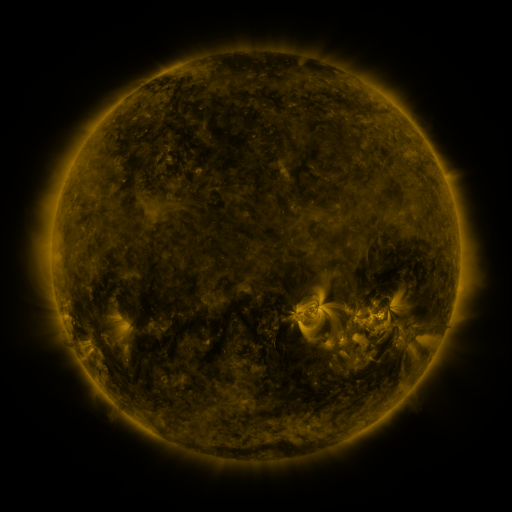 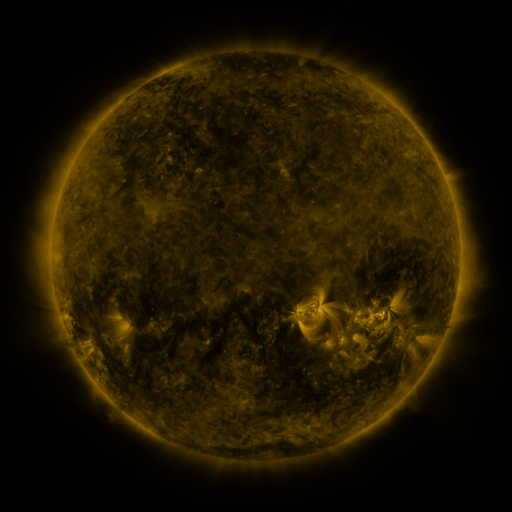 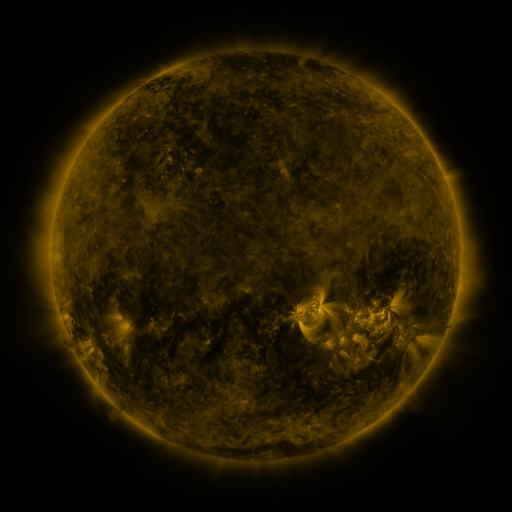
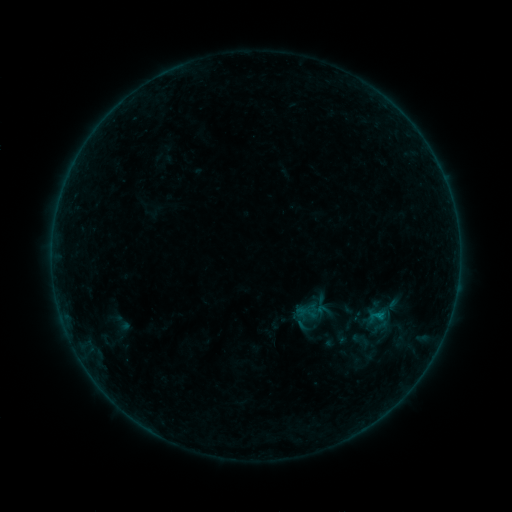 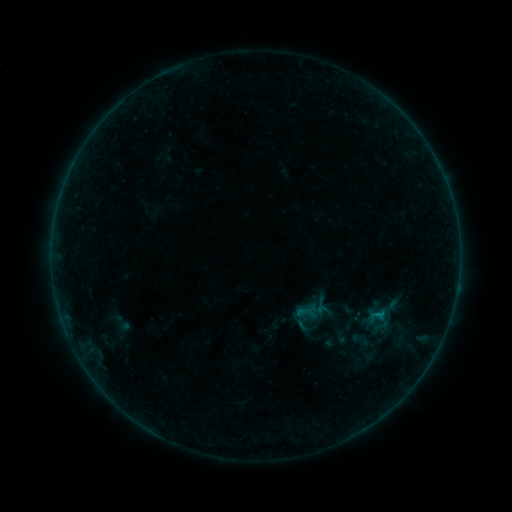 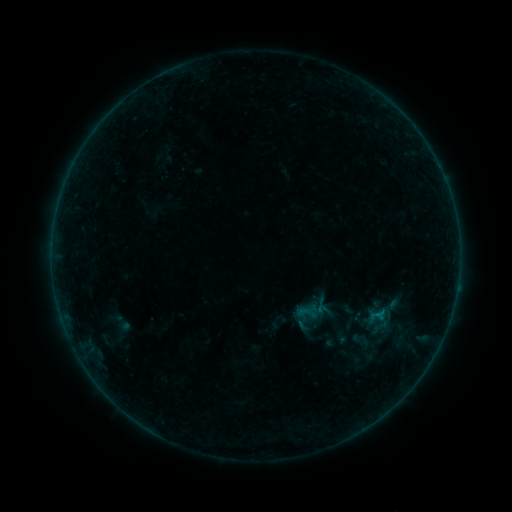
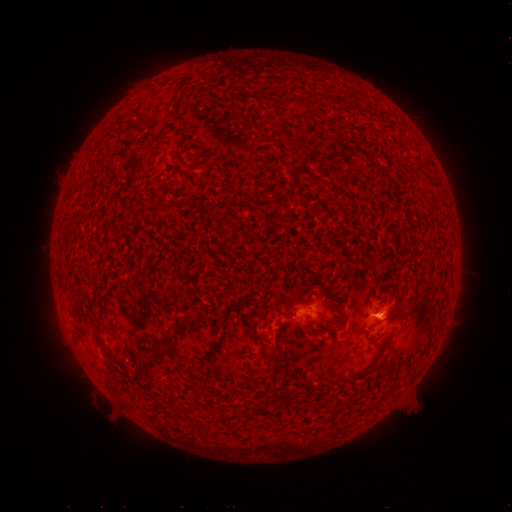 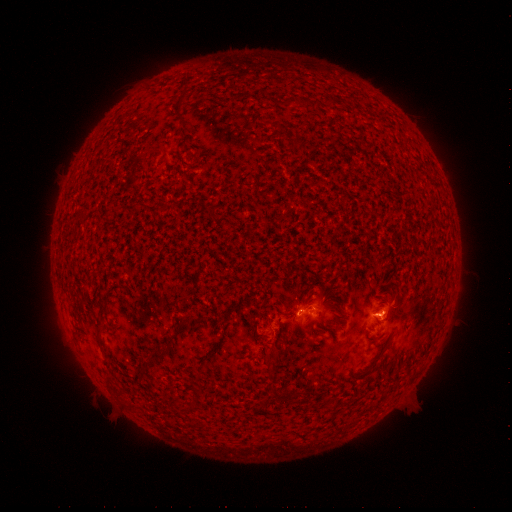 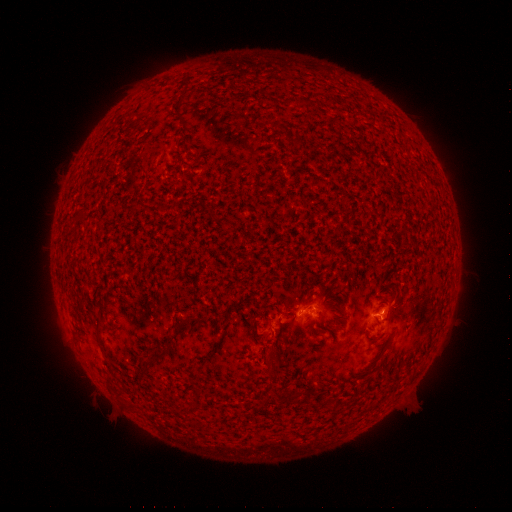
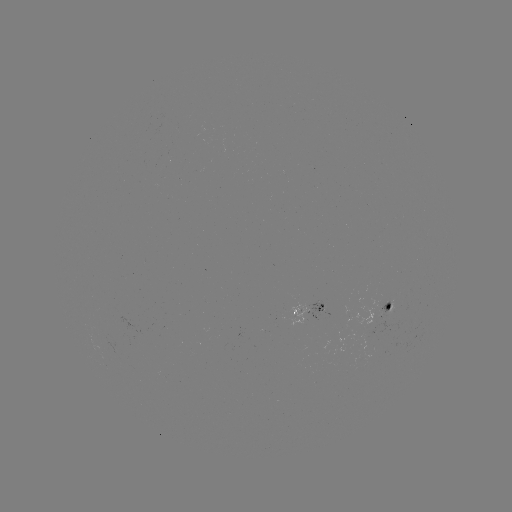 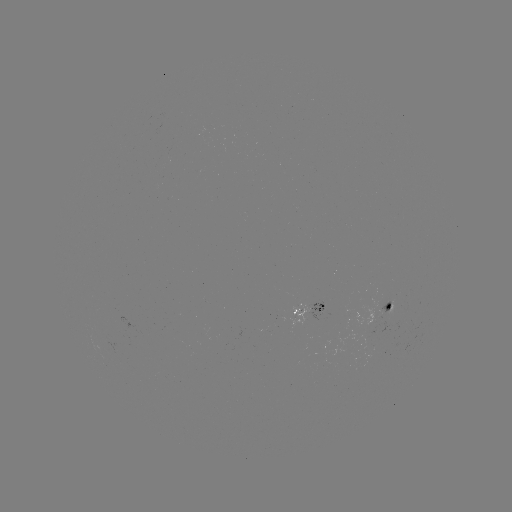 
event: flare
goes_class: B2.8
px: (299, 309)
